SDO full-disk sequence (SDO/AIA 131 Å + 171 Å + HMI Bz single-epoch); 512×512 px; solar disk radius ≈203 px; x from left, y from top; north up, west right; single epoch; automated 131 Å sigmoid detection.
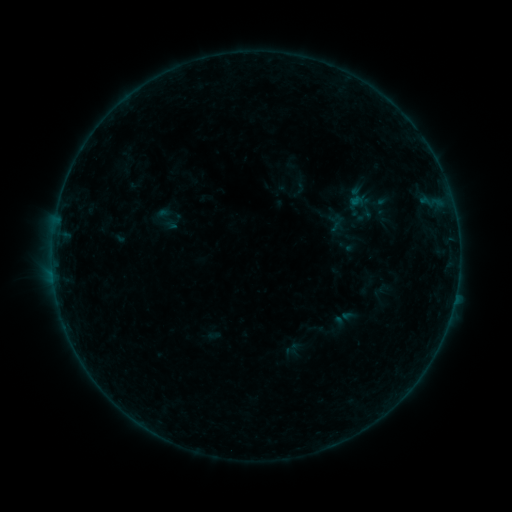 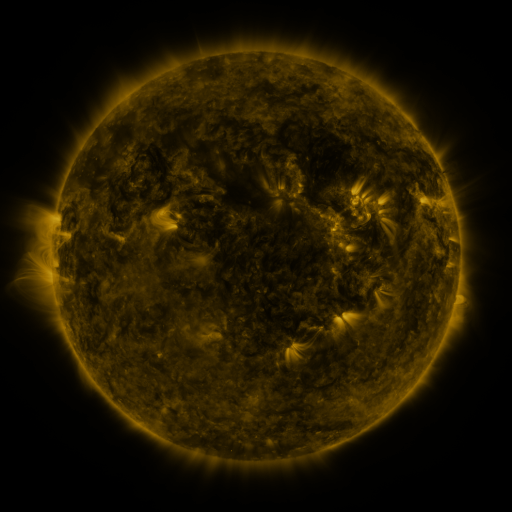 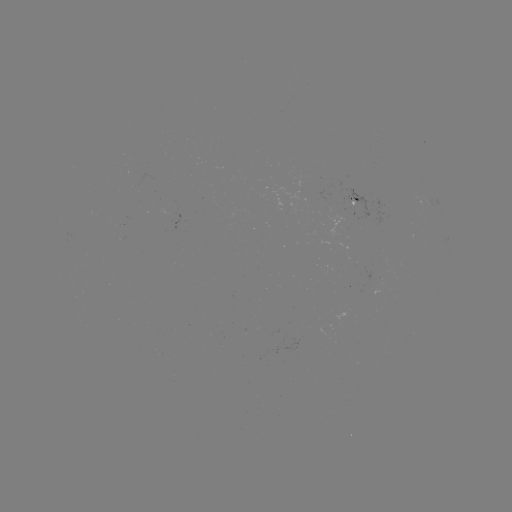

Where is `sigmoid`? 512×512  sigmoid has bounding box [152, 204, 182, 234].